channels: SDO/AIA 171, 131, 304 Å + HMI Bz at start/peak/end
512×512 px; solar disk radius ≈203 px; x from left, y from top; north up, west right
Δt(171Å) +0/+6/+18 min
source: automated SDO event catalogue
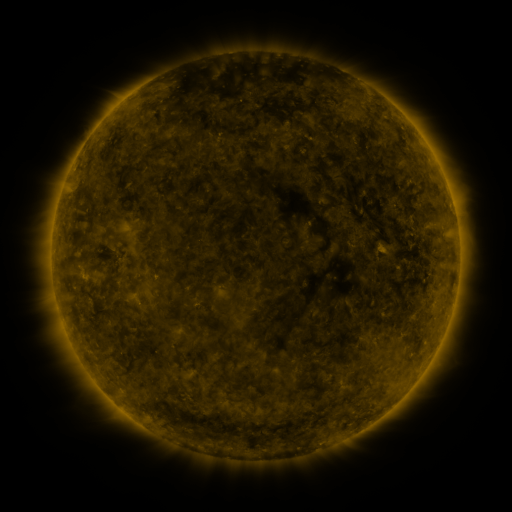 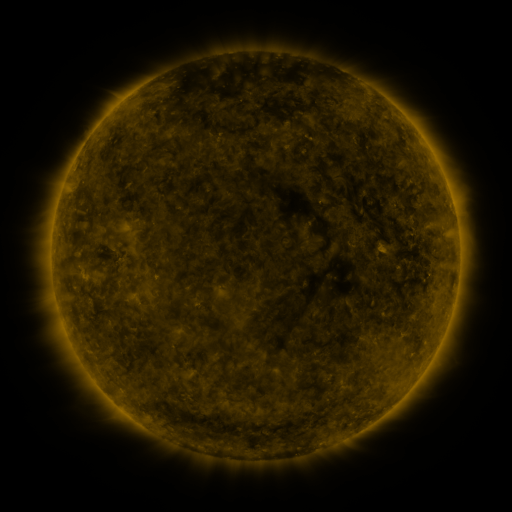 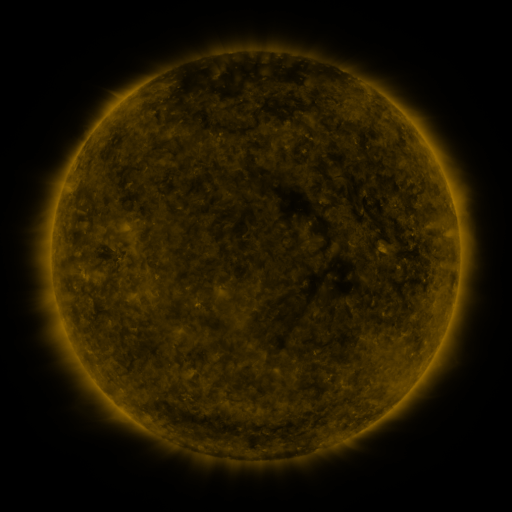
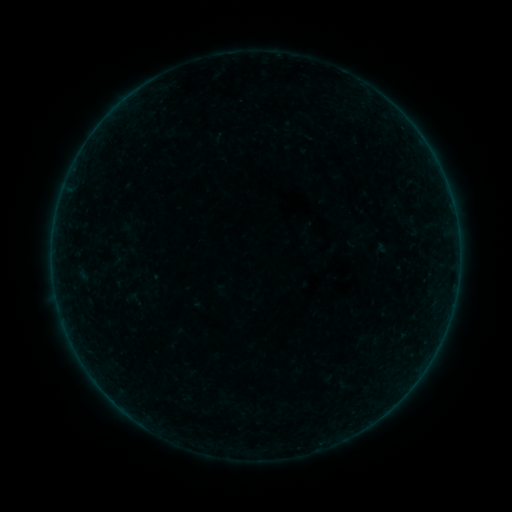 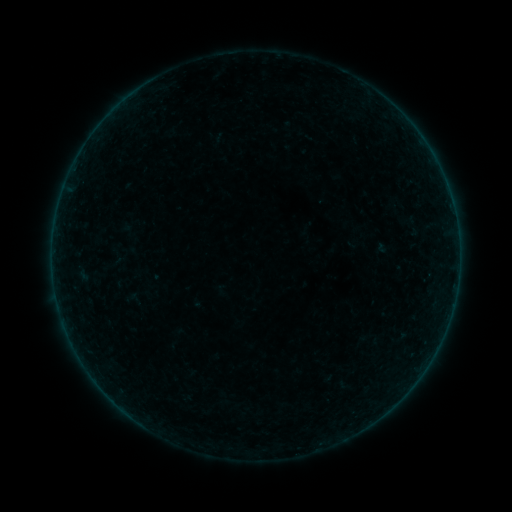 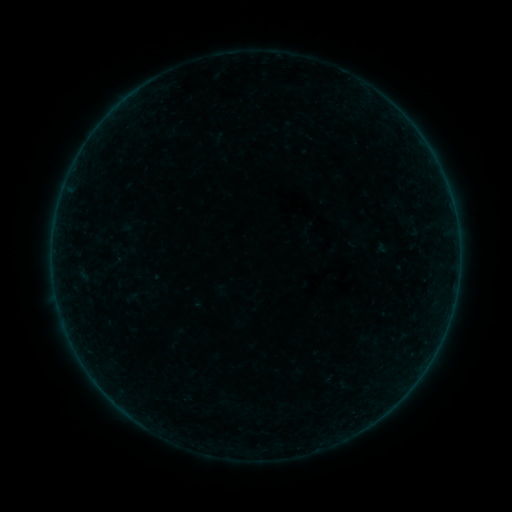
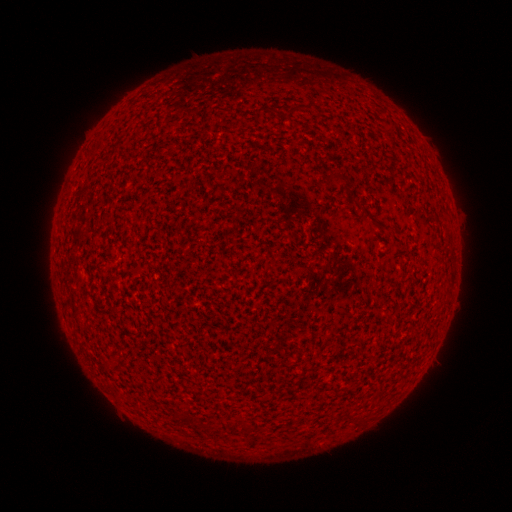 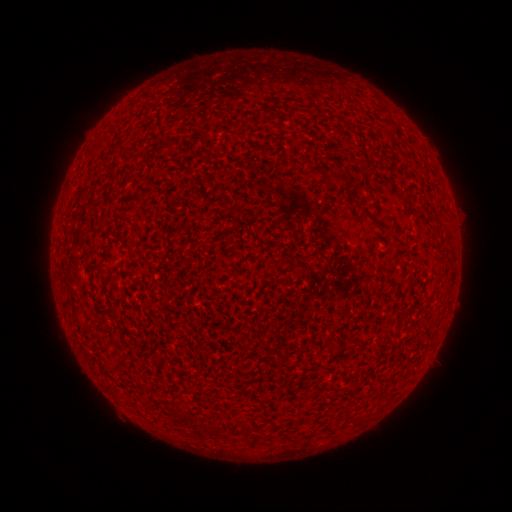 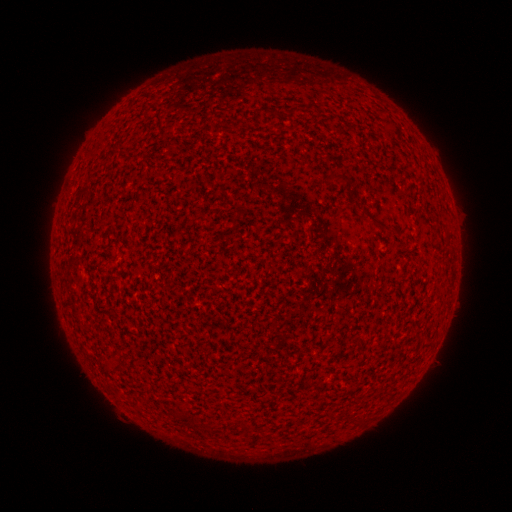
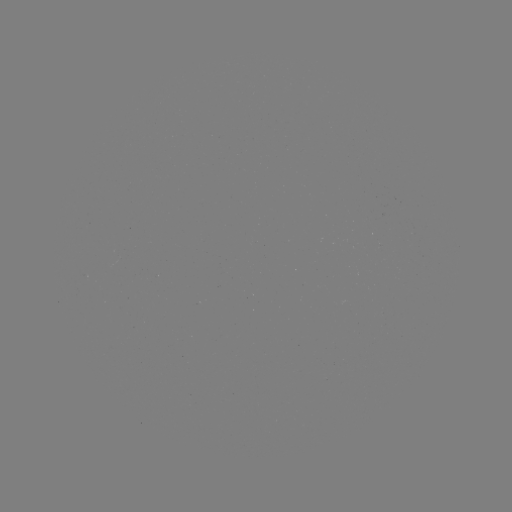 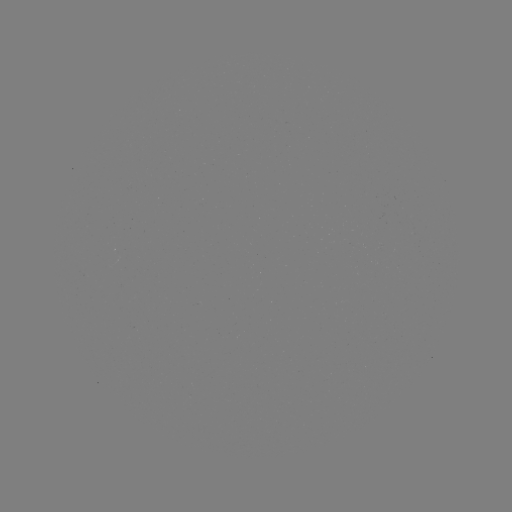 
no flare in any classed list; no EUV-trigger detection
